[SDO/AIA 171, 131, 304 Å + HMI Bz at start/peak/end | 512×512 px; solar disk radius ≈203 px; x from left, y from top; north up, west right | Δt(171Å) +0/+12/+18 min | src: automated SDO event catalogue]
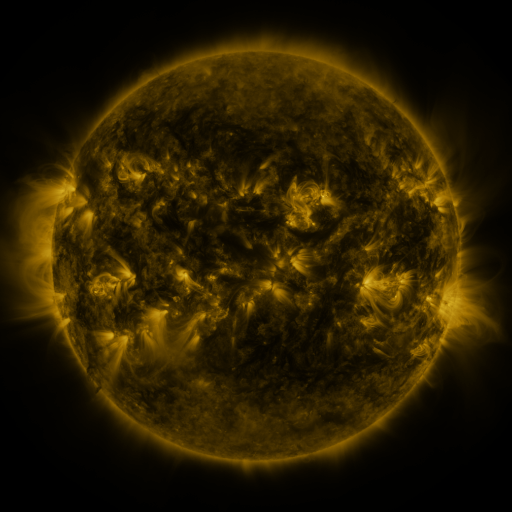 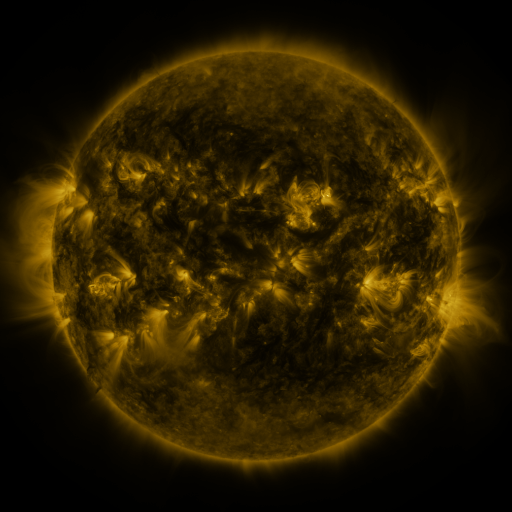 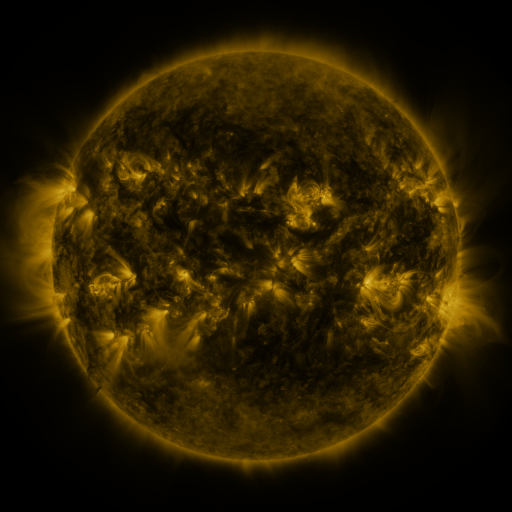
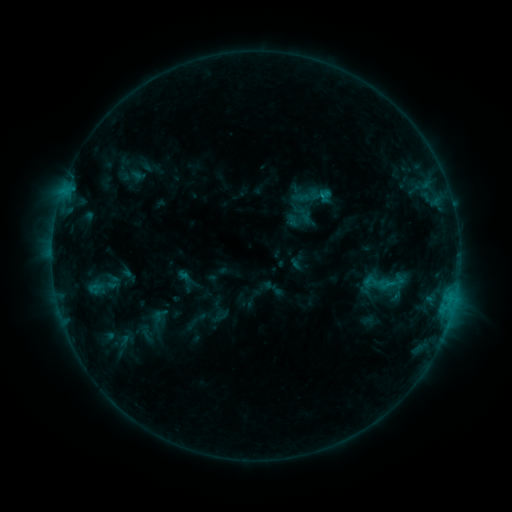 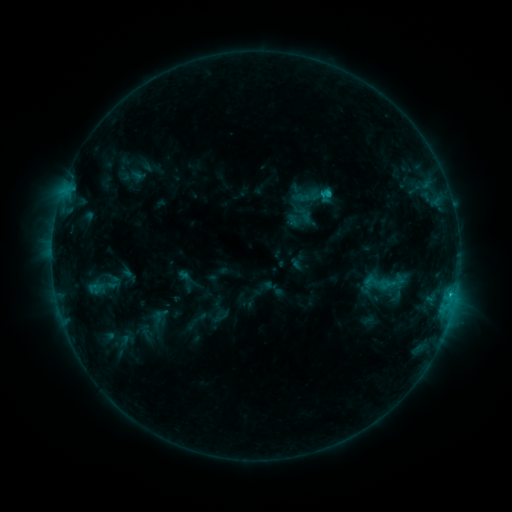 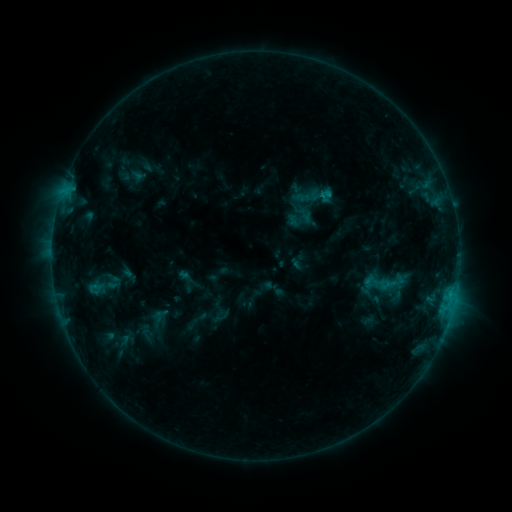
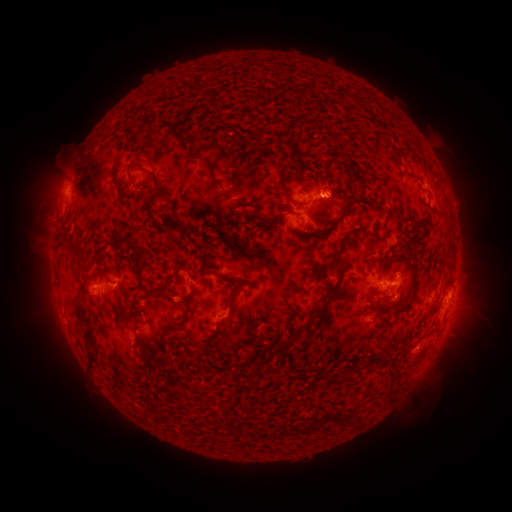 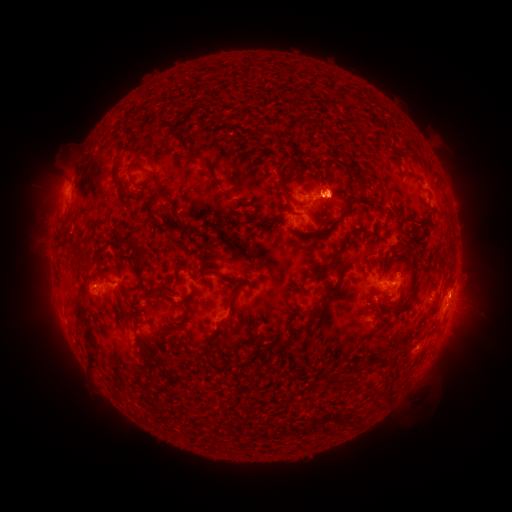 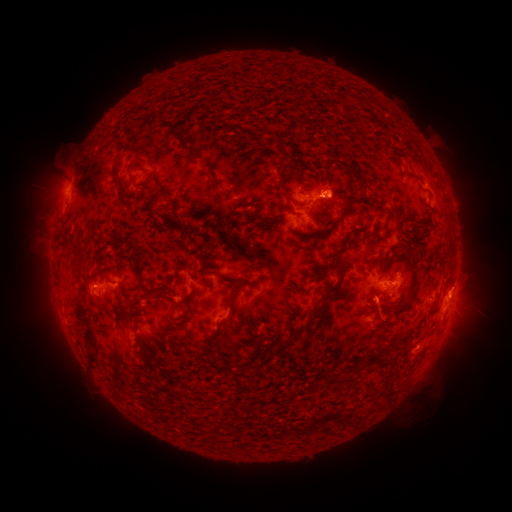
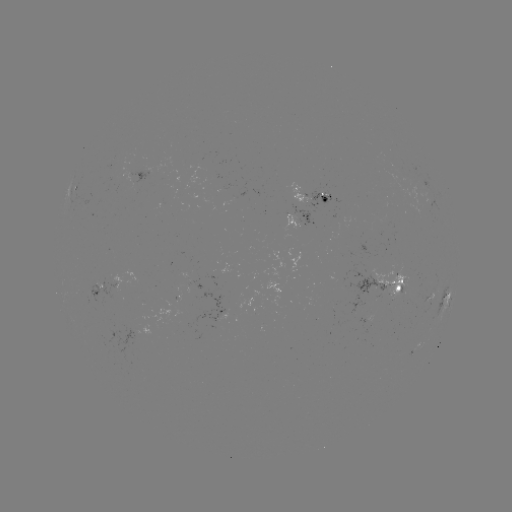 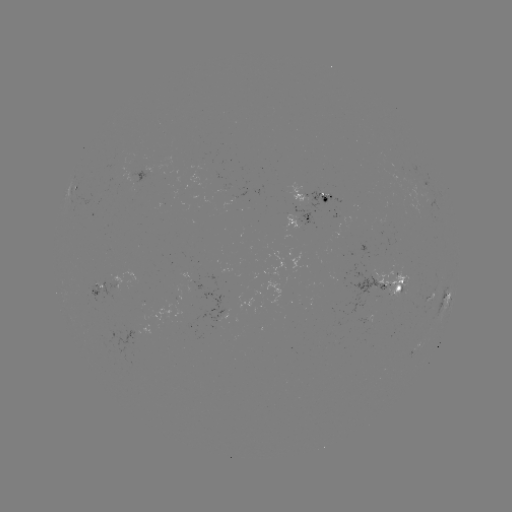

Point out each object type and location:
C1.2 flare: (324, 195)
